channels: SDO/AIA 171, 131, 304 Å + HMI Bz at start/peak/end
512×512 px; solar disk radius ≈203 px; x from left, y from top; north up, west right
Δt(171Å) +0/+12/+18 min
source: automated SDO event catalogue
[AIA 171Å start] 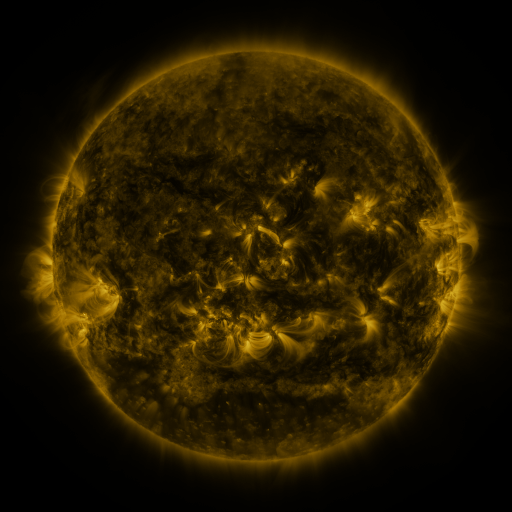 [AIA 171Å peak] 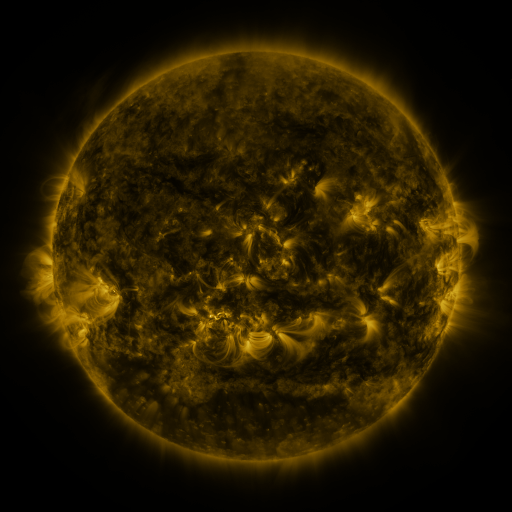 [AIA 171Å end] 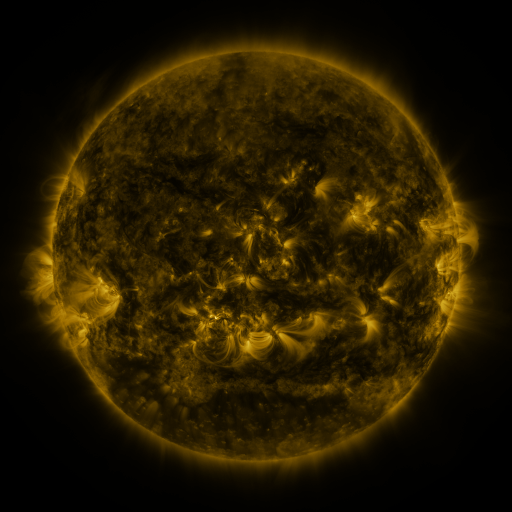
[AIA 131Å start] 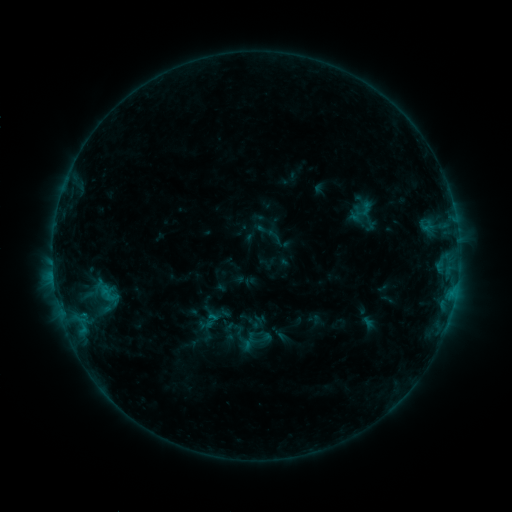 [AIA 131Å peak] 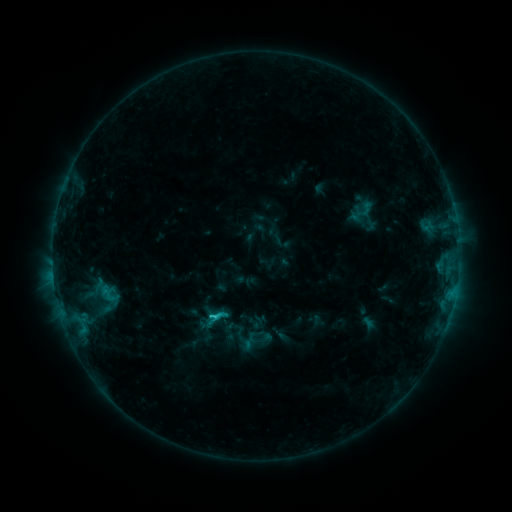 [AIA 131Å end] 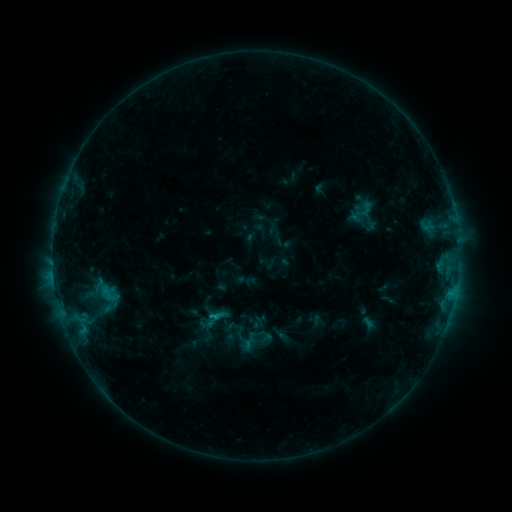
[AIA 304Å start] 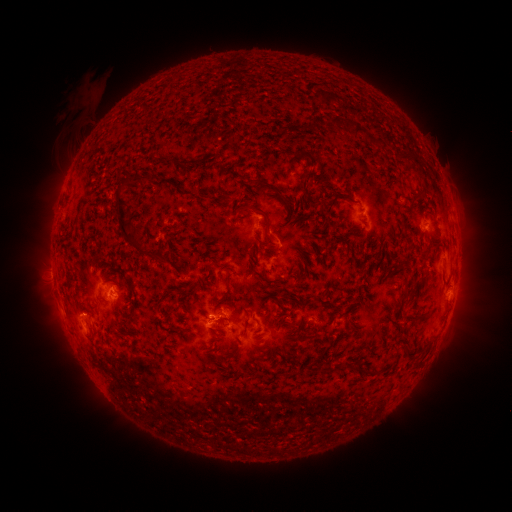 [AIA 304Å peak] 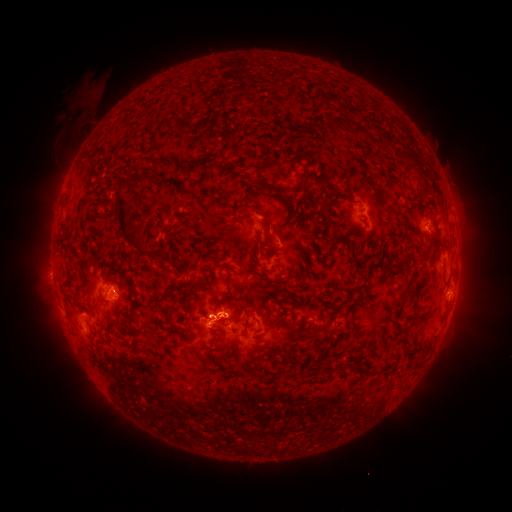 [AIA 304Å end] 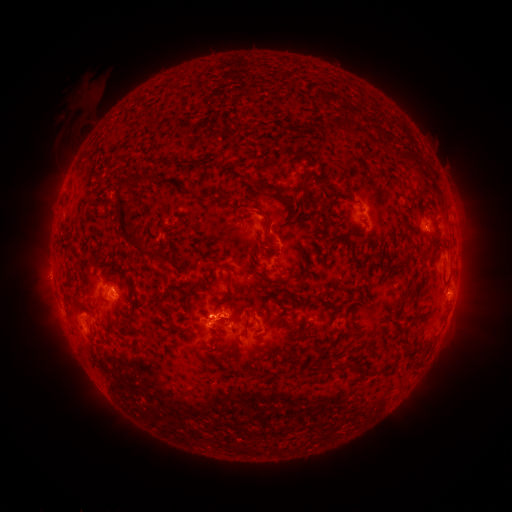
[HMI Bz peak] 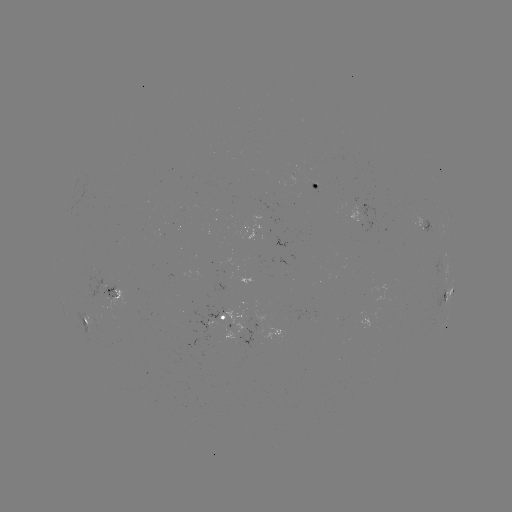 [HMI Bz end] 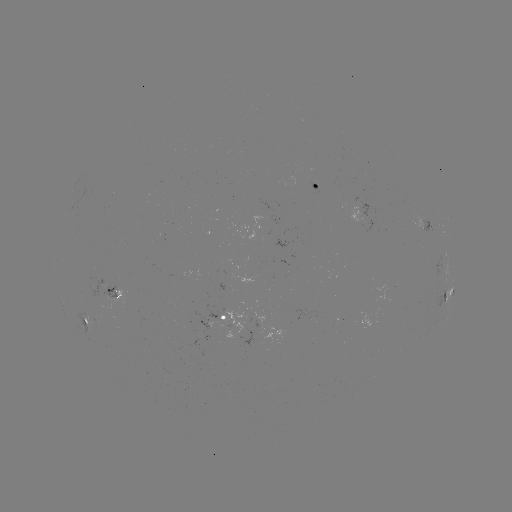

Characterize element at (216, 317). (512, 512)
C1.4 flare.